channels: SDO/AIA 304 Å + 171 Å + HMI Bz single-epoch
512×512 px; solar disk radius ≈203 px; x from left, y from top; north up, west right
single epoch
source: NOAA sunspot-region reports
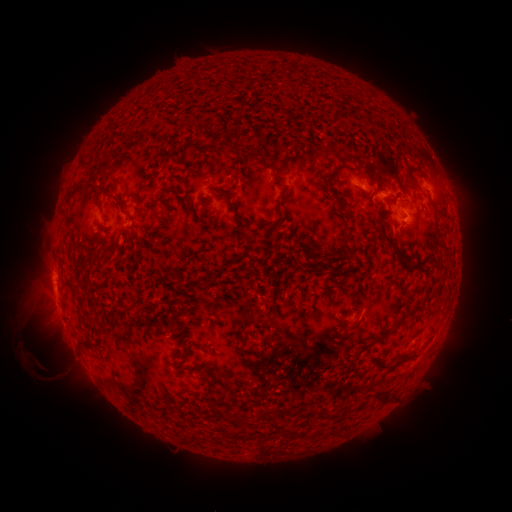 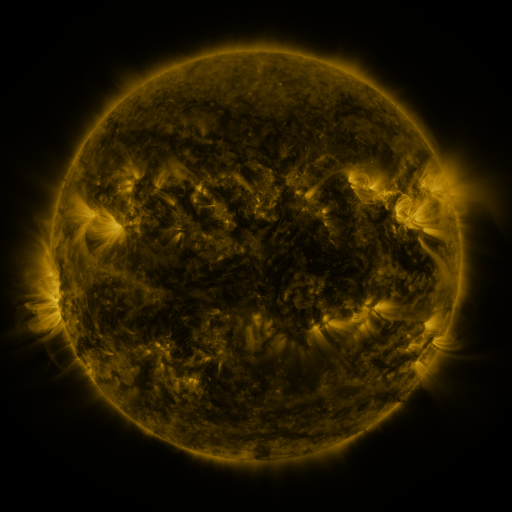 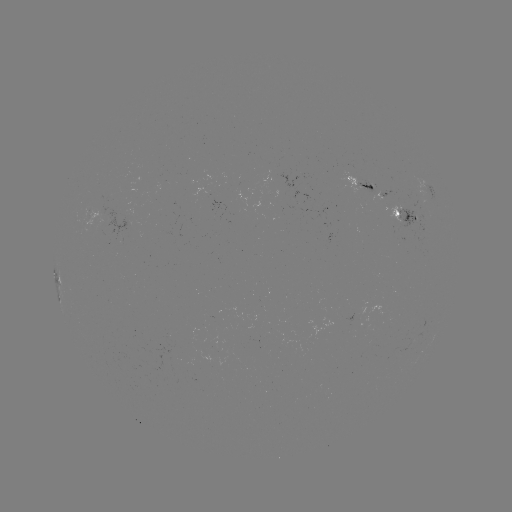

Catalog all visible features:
spotted active region: (359, 180)
spotted active region: (430, 185)
spotted active region: (386, 194)
spotted active region: (406, 214)
